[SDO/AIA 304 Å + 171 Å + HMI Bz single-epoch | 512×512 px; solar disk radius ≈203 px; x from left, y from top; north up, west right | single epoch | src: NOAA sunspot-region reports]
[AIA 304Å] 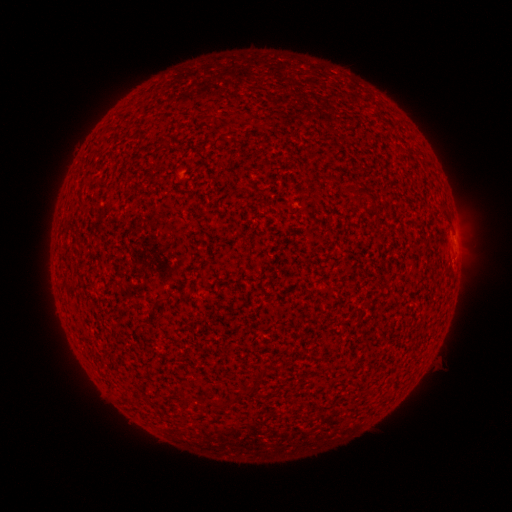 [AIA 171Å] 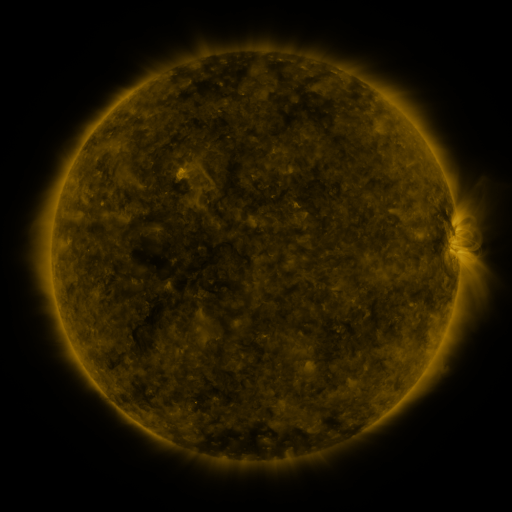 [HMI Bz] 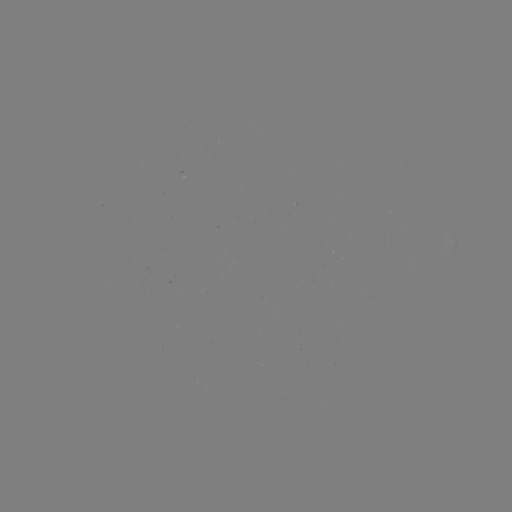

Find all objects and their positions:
(none)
